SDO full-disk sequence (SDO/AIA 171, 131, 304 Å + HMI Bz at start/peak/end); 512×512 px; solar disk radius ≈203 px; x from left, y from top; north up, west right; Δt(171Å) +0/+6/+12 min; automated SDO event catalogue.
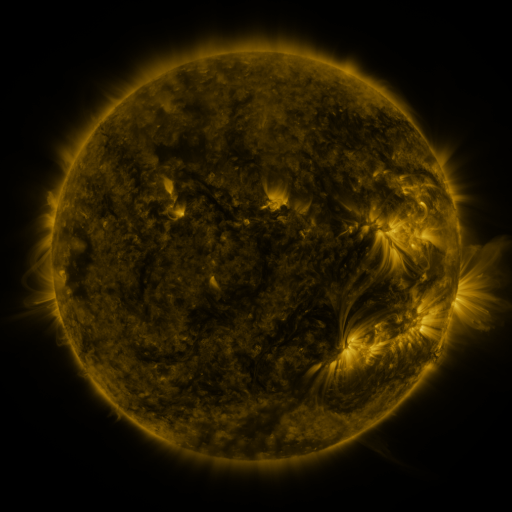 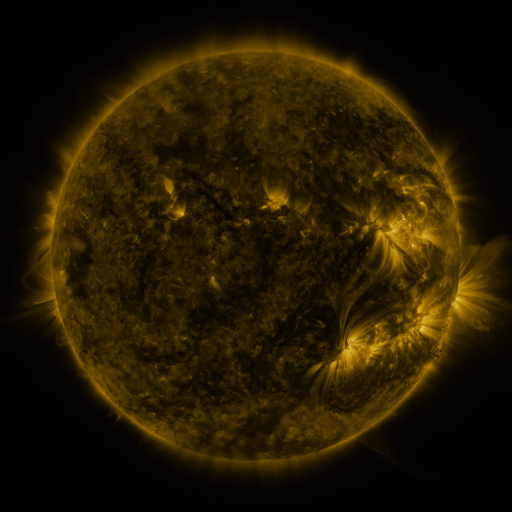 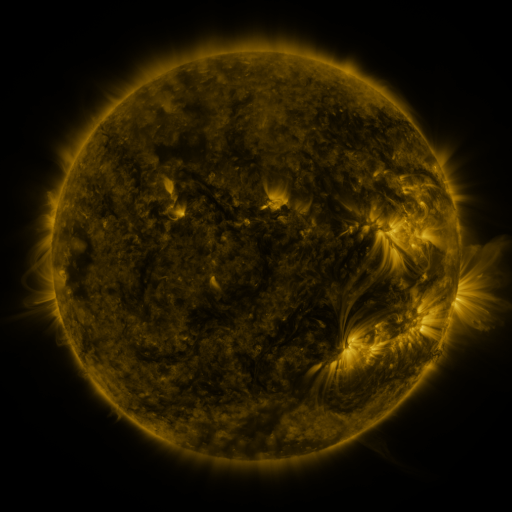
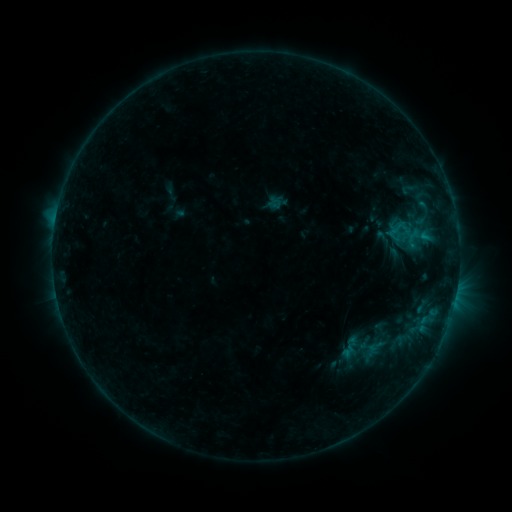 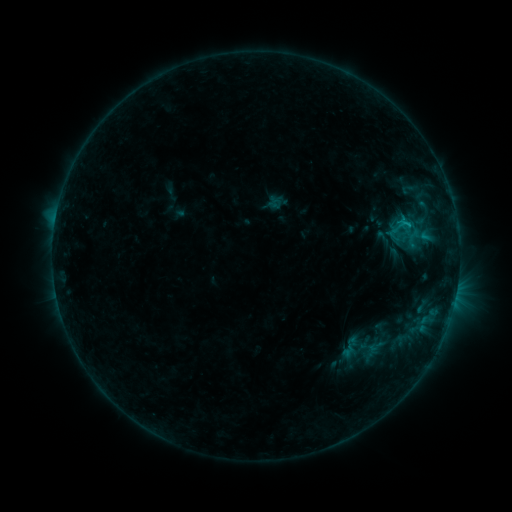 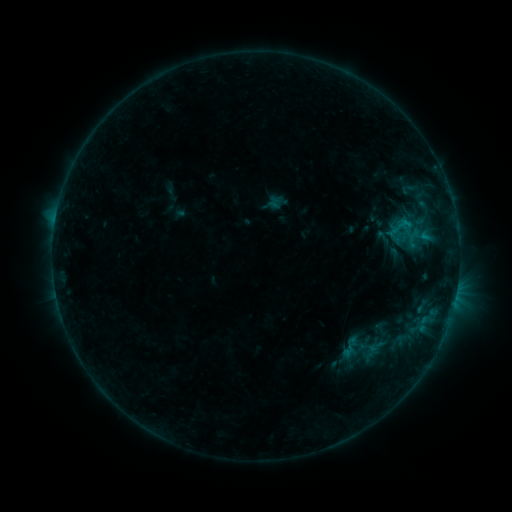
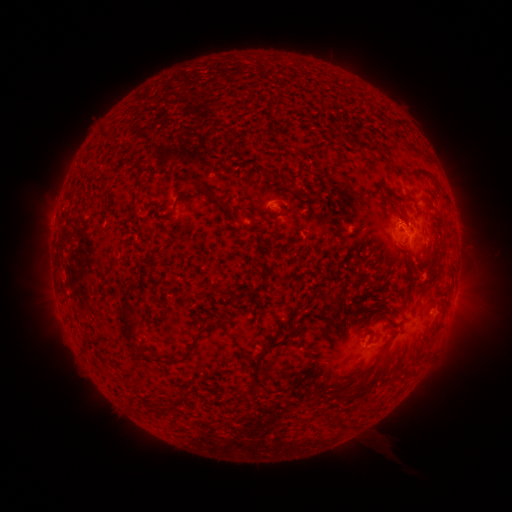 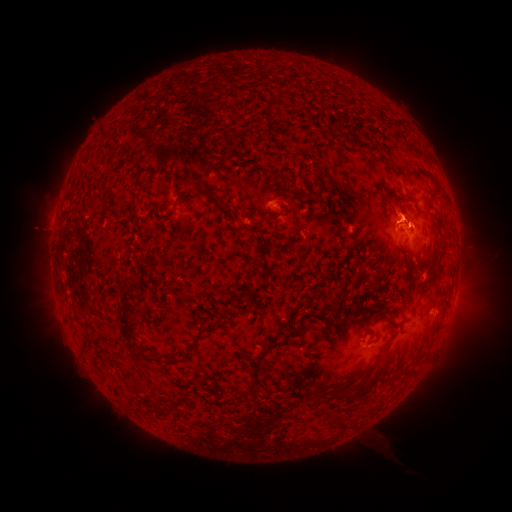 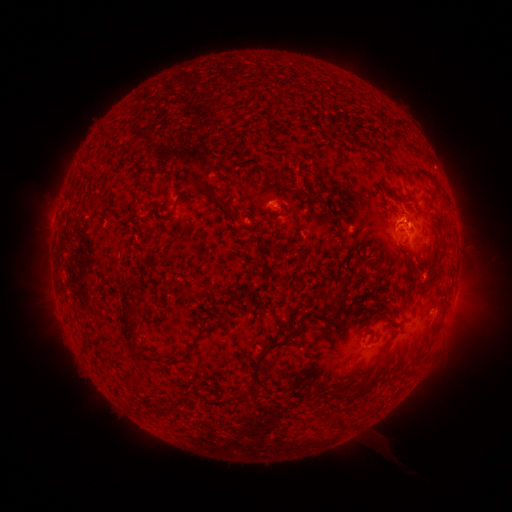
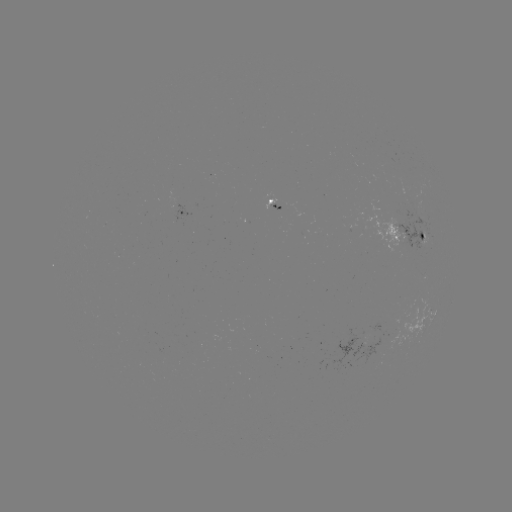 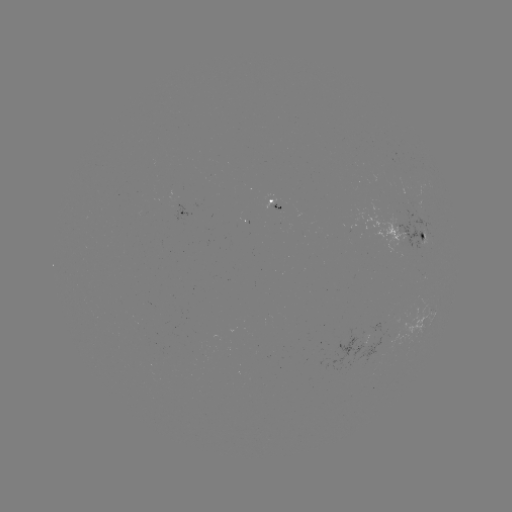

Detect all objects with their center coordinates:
eruption: (398, 208)
